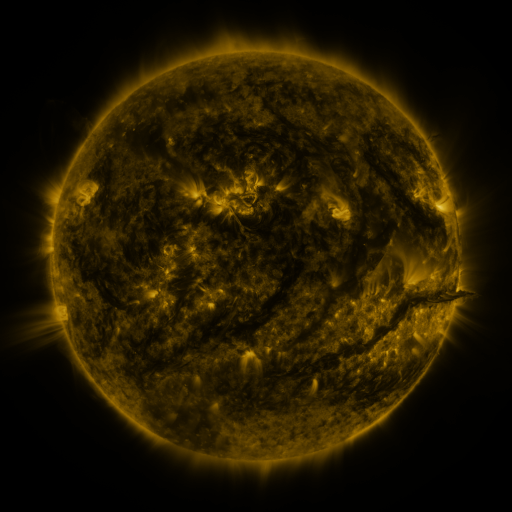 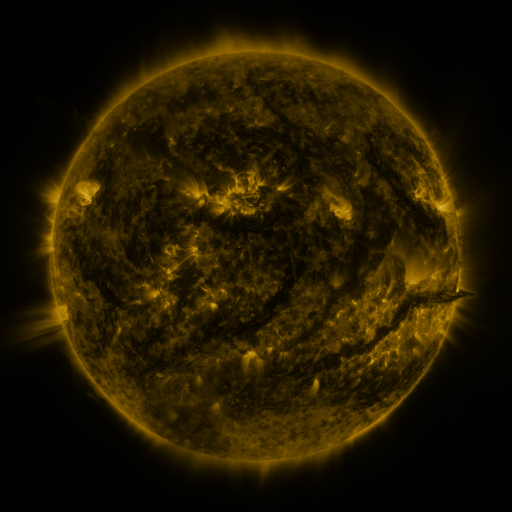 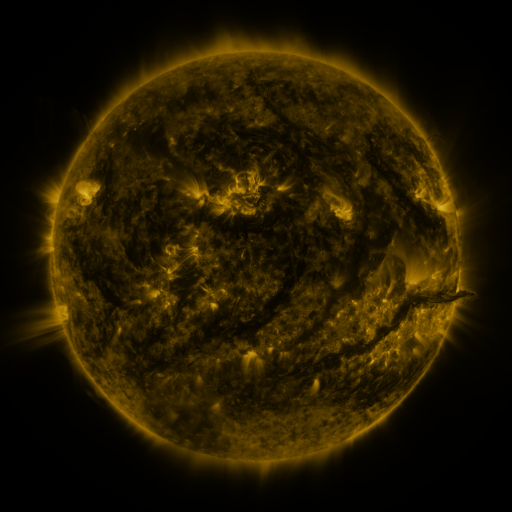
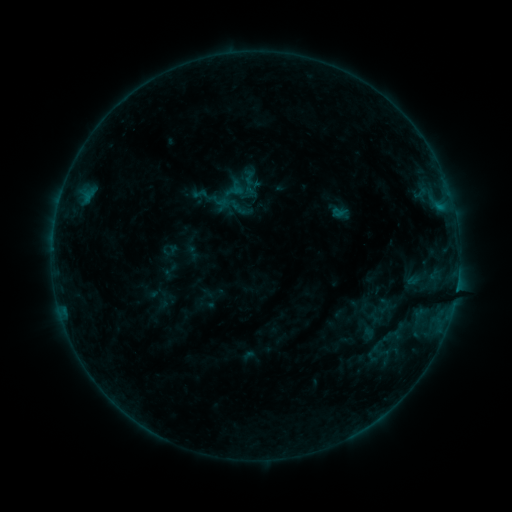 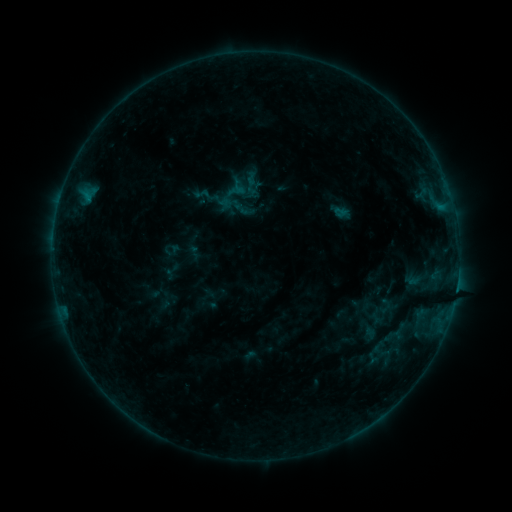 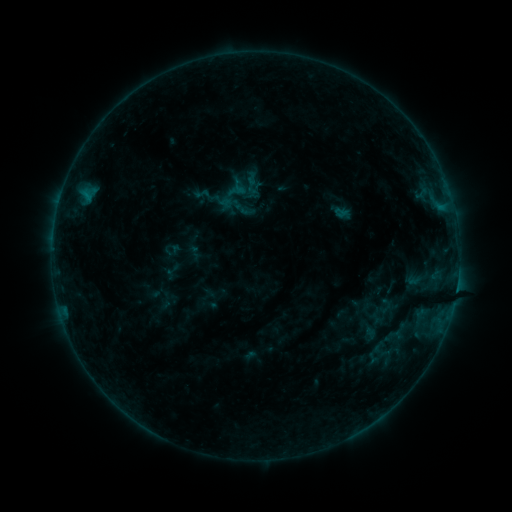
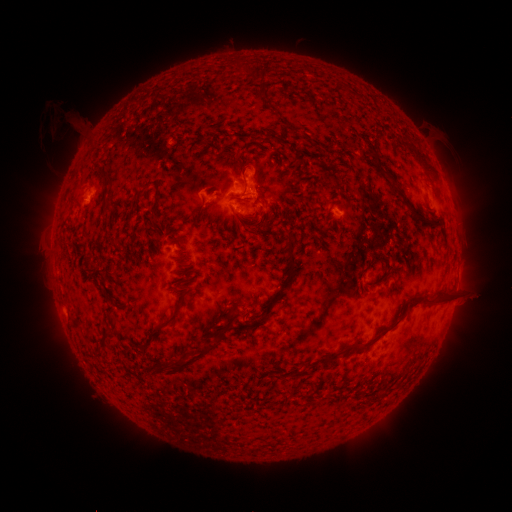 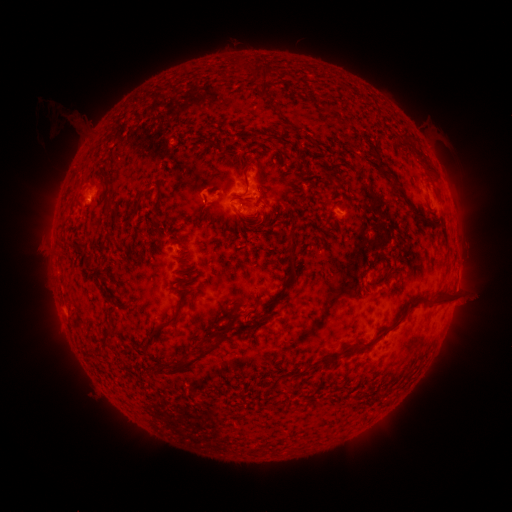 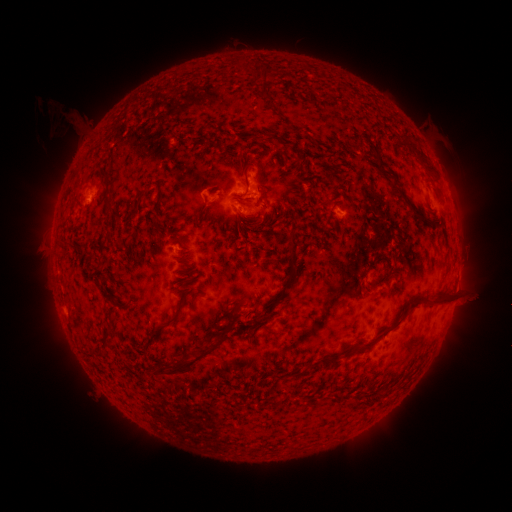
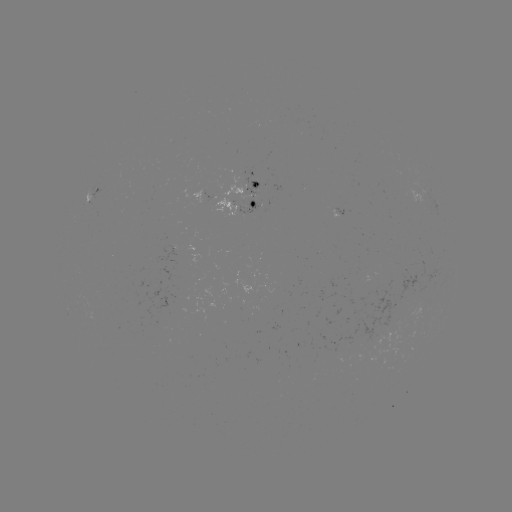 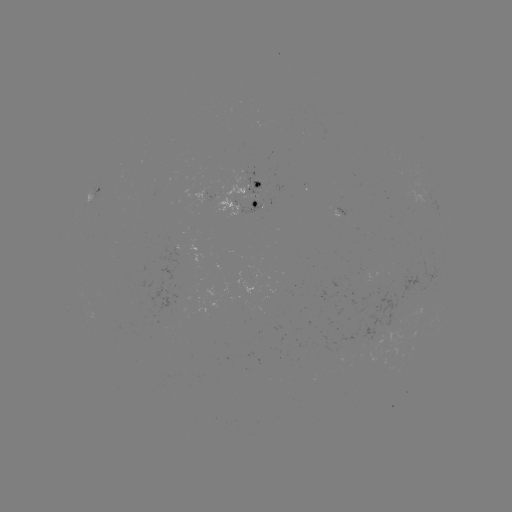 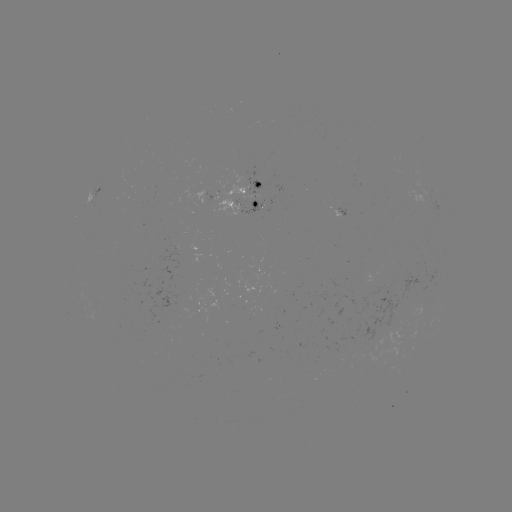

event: emerging-flux region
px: (249, 211)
